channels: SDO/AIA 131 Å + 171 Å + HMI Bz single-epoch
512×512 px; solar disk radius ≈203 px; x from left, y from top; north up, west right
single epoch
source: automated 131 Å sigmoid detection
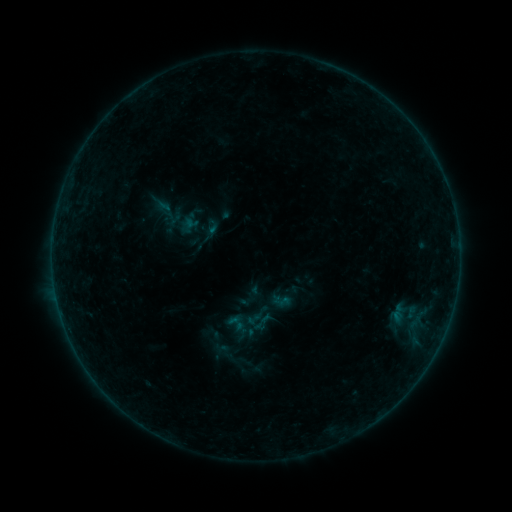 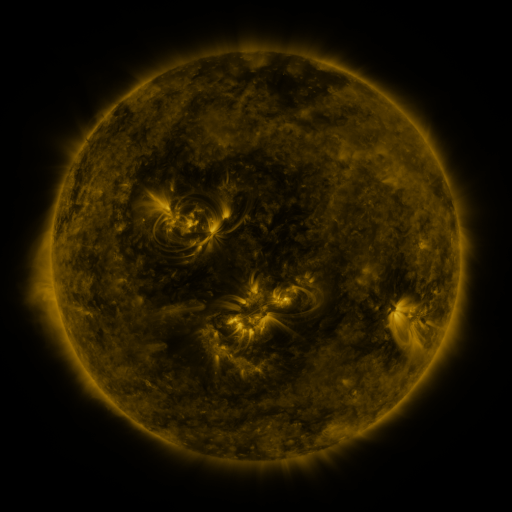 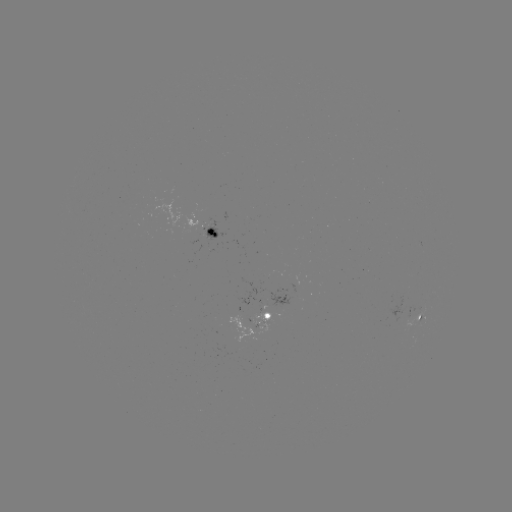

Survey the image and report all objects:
sigmoid: (236, 323)
